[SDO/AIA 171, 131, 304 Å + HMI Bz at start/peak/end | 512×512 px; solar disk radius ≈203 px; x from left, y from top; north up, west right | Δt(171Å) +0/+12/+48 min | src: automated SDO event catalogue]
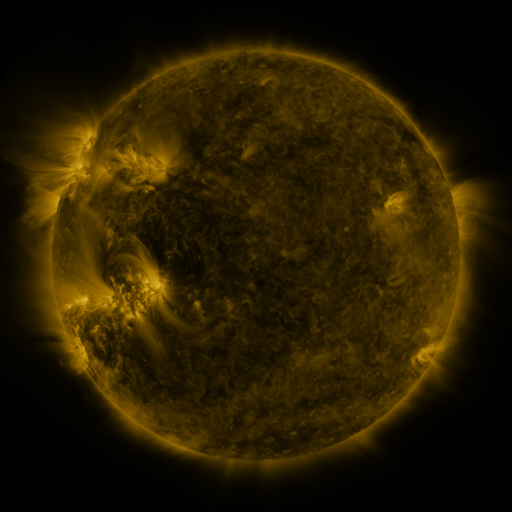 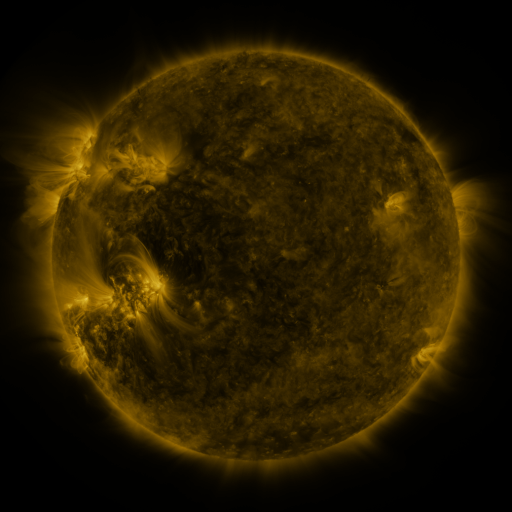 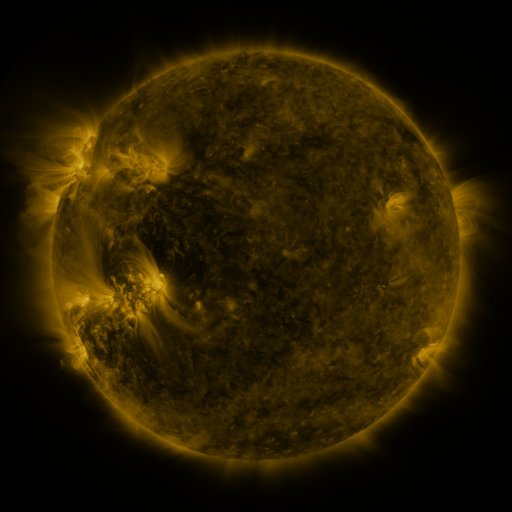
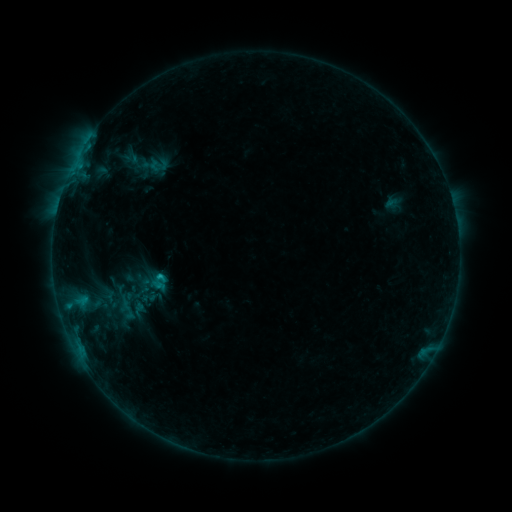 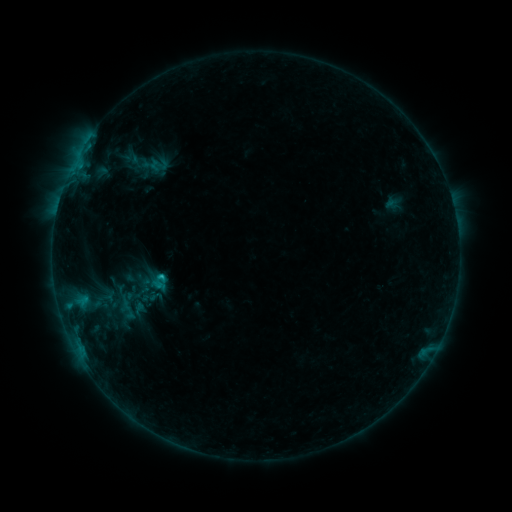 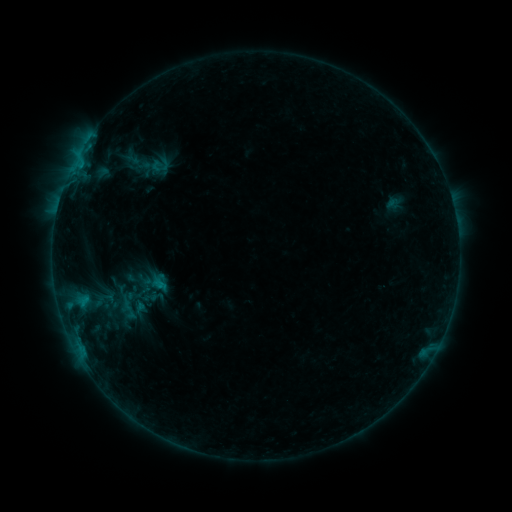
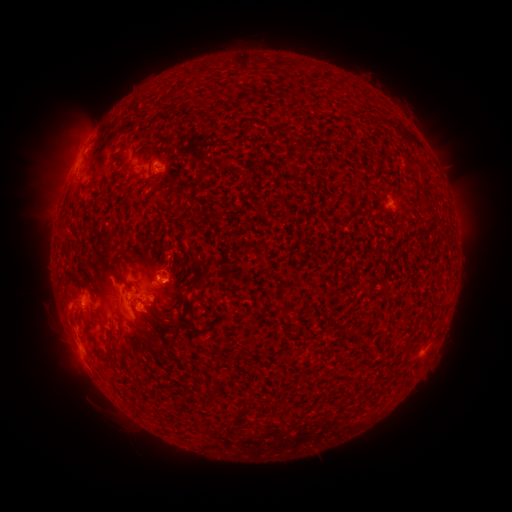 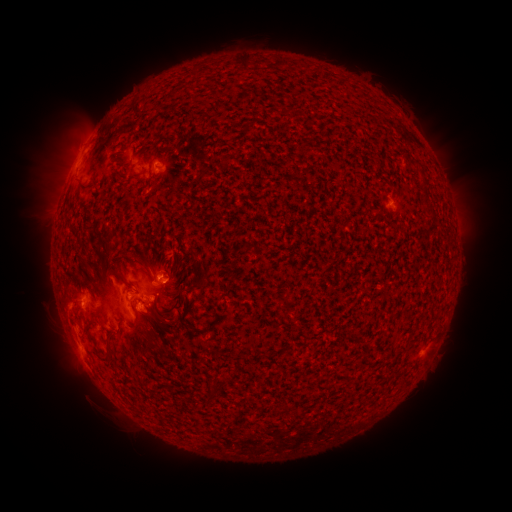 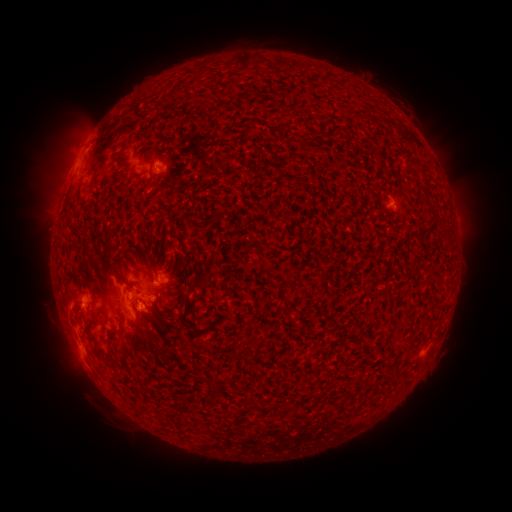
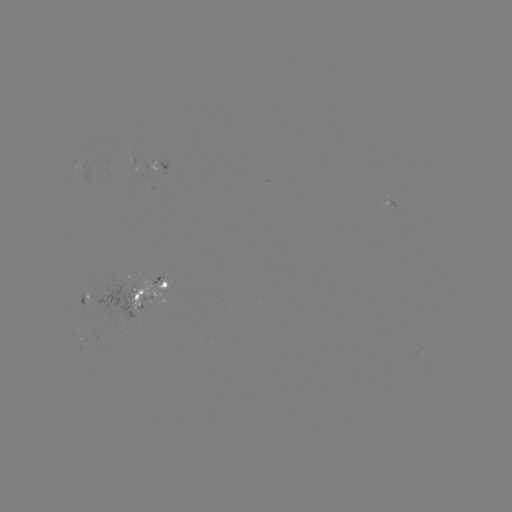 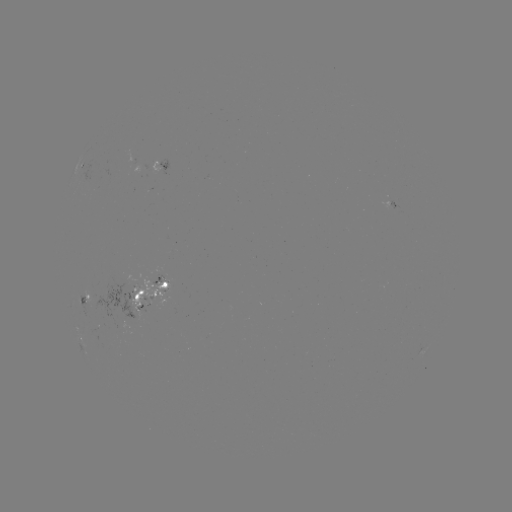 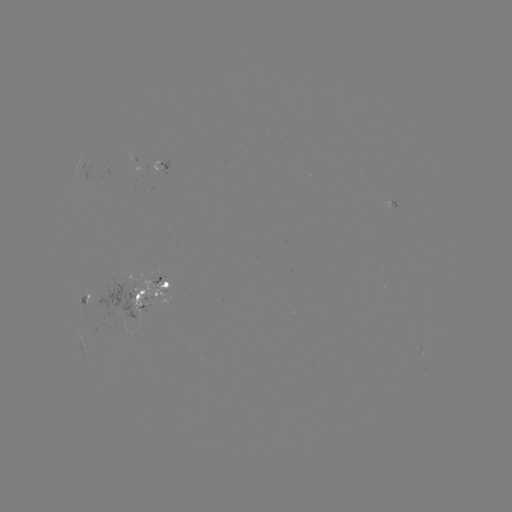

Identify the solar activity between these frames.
emerging-flux region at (154, 282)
